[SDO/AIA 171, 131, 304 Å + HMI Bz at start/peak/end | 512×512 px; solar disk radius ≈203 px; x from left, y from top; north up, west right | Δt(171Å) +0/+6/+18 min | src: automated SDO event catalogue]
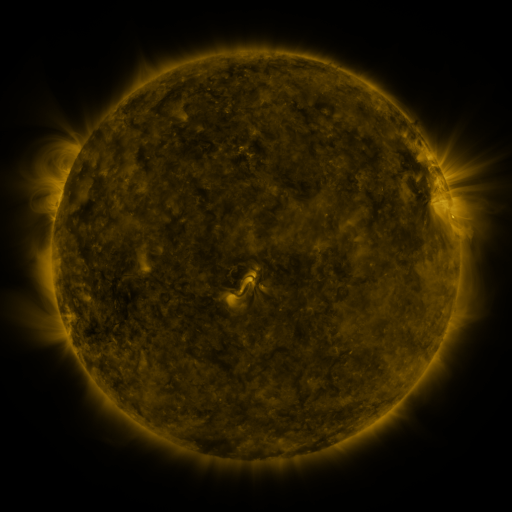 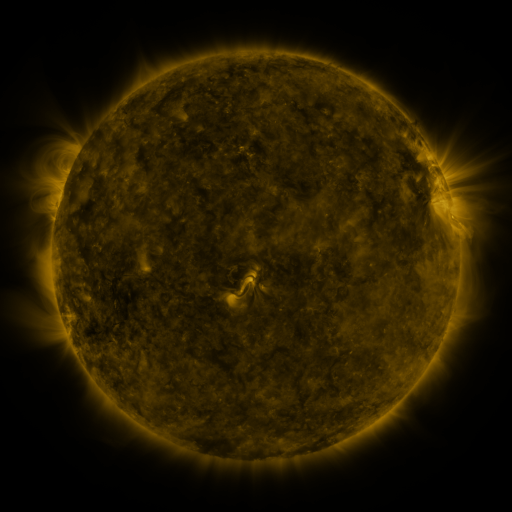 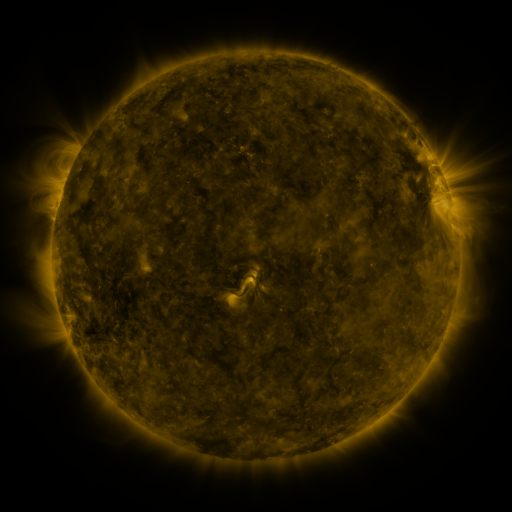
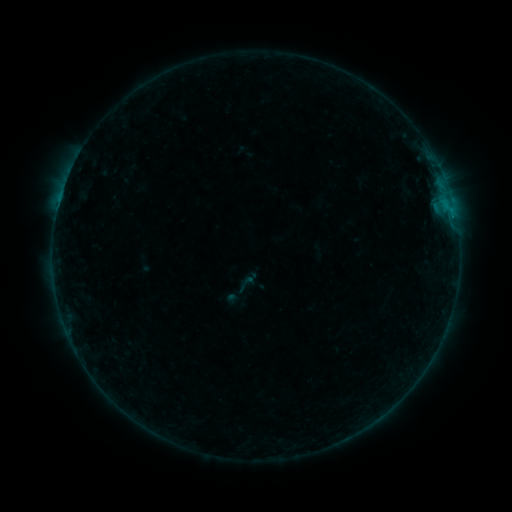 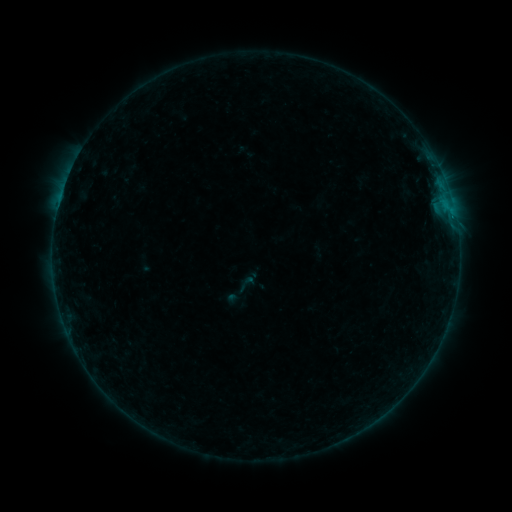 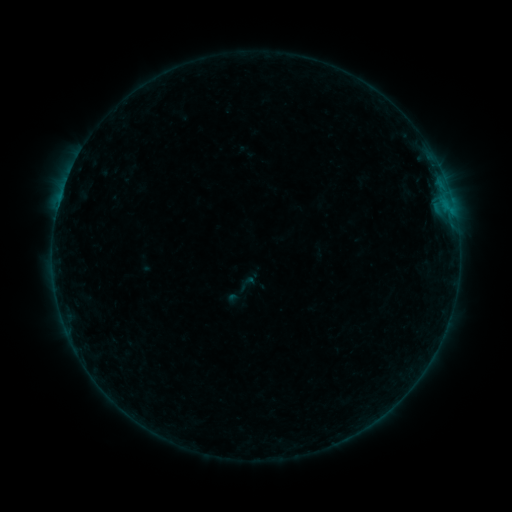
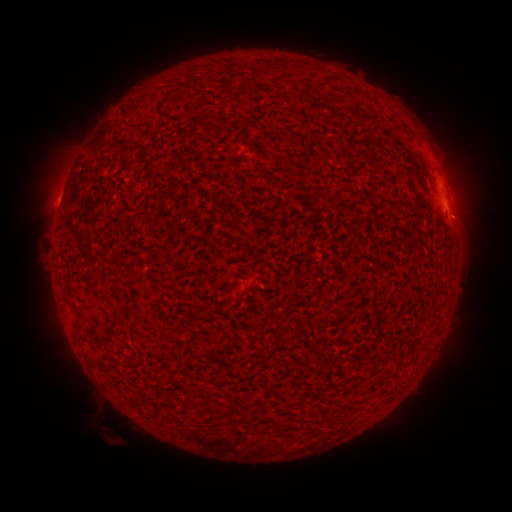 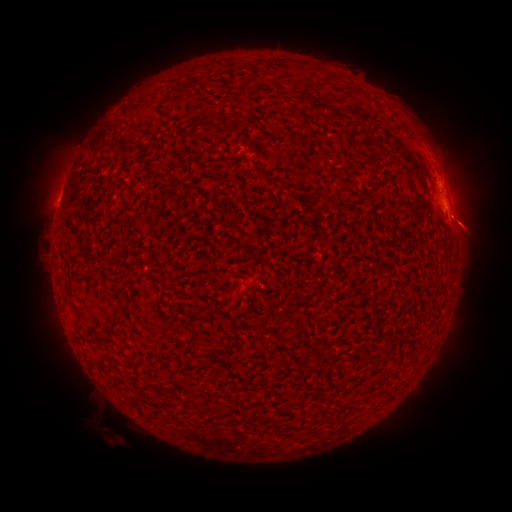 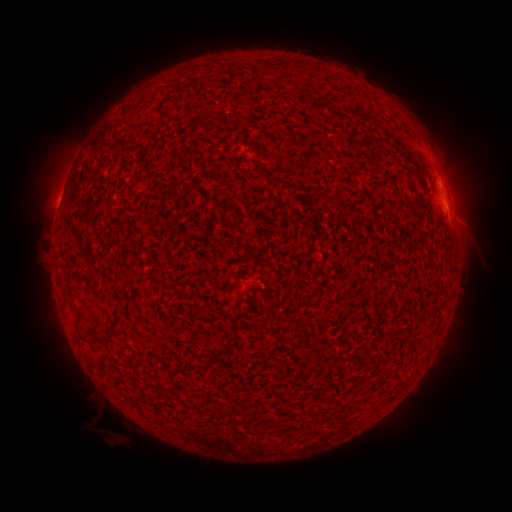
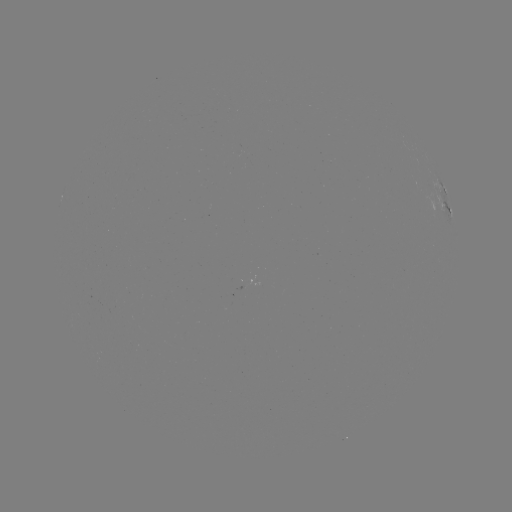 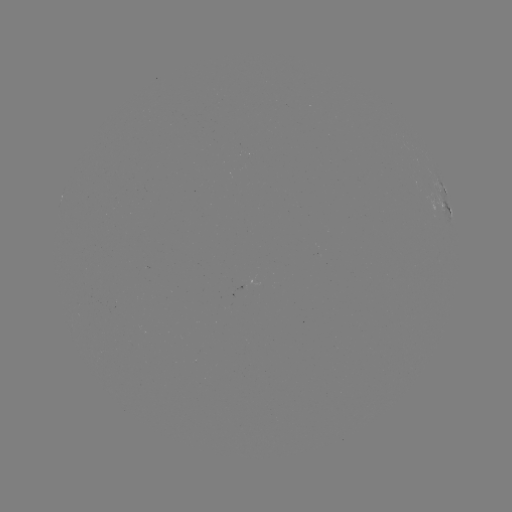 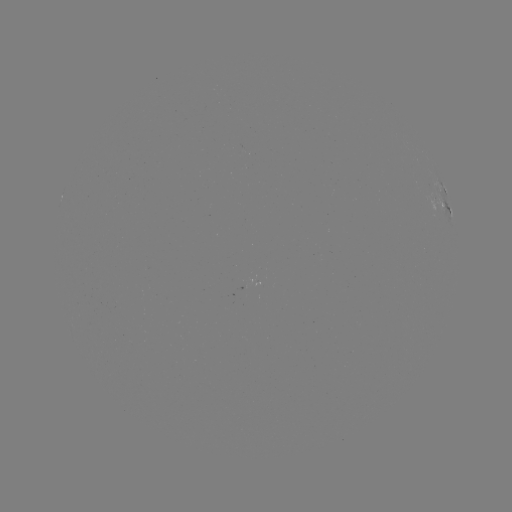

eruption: (437, 197, 500, 254)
